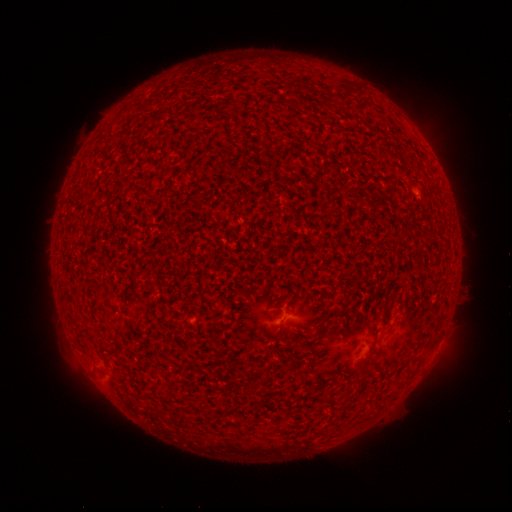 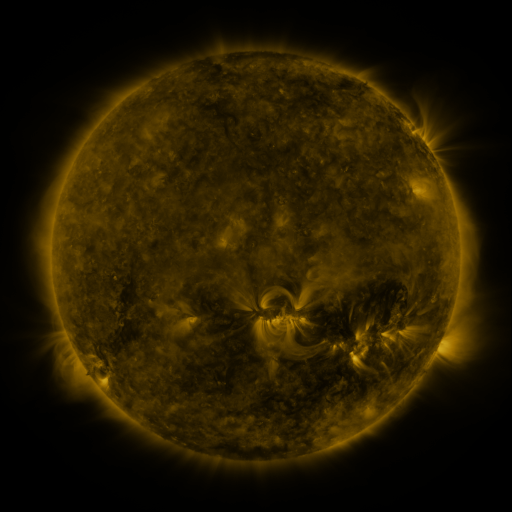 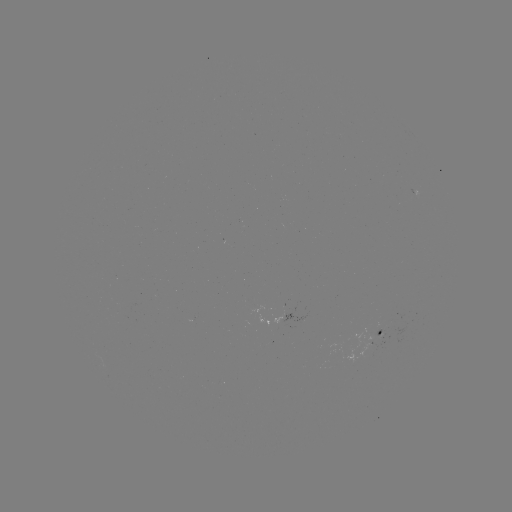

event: spotted active region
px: (381, 334)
